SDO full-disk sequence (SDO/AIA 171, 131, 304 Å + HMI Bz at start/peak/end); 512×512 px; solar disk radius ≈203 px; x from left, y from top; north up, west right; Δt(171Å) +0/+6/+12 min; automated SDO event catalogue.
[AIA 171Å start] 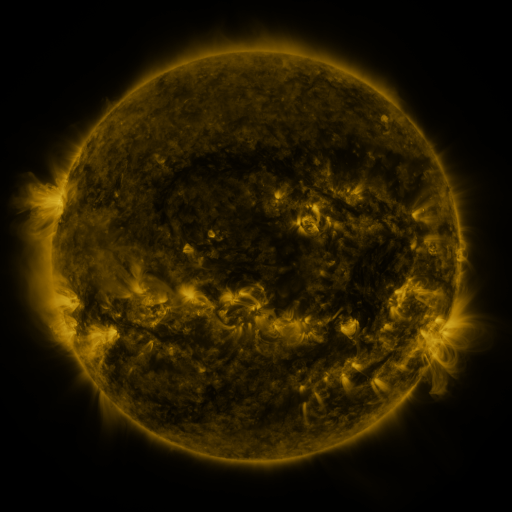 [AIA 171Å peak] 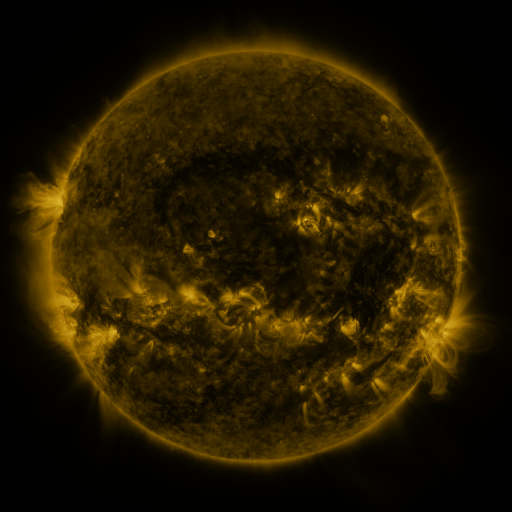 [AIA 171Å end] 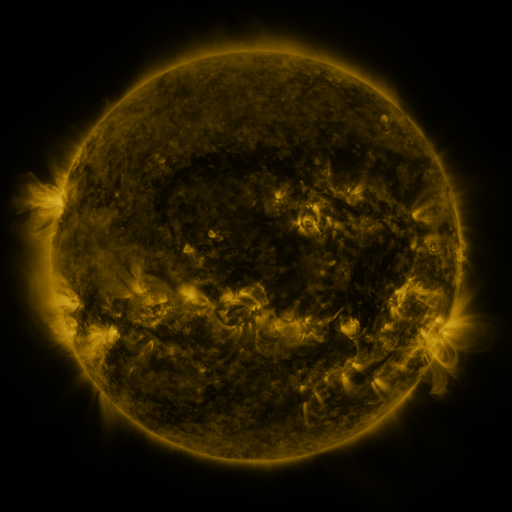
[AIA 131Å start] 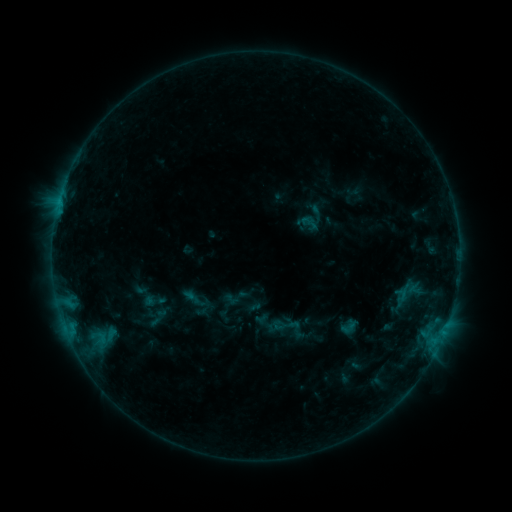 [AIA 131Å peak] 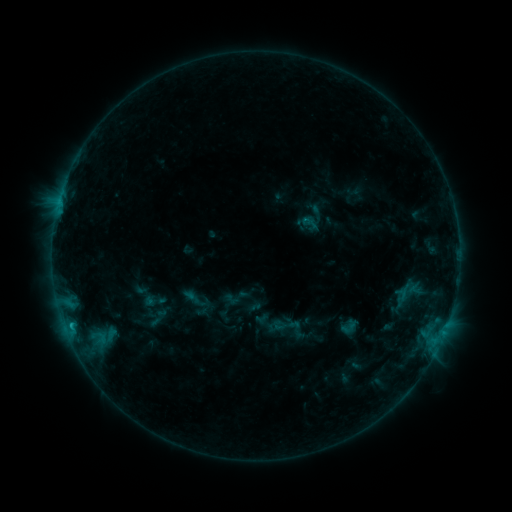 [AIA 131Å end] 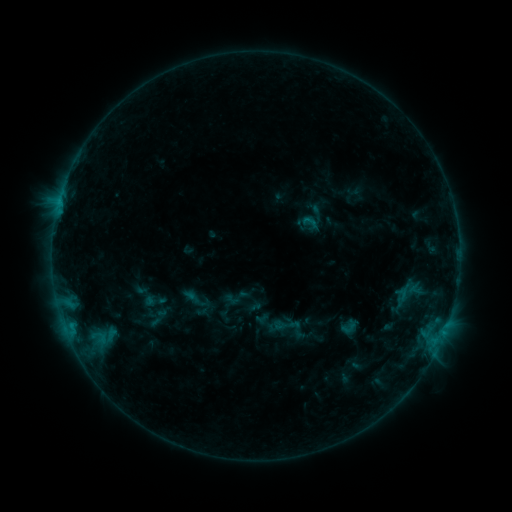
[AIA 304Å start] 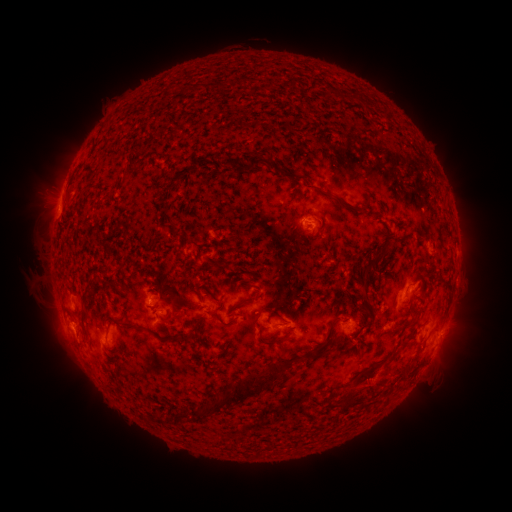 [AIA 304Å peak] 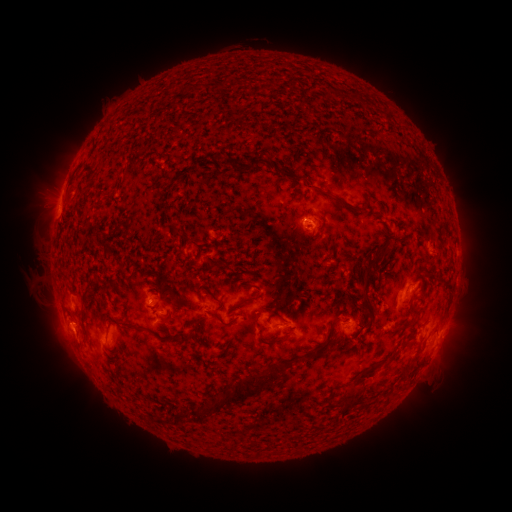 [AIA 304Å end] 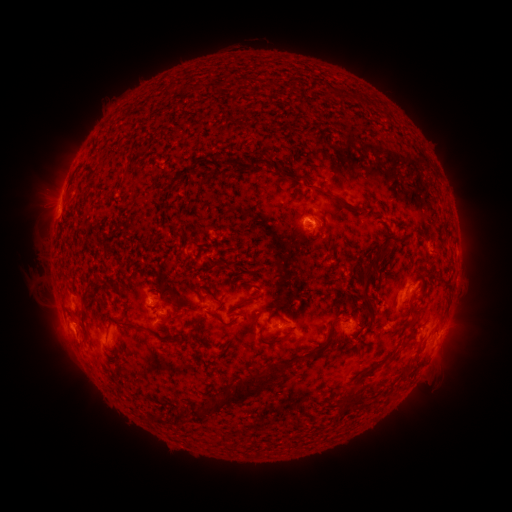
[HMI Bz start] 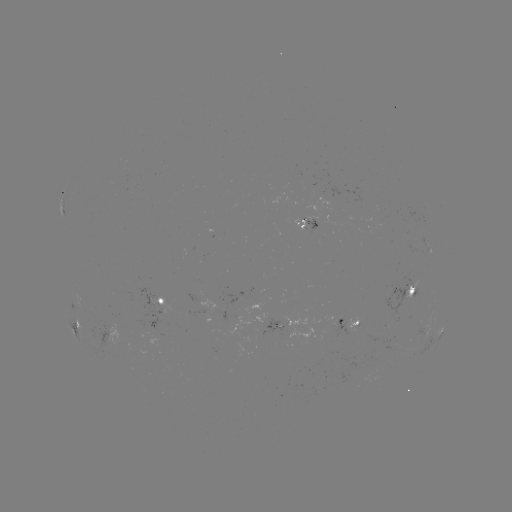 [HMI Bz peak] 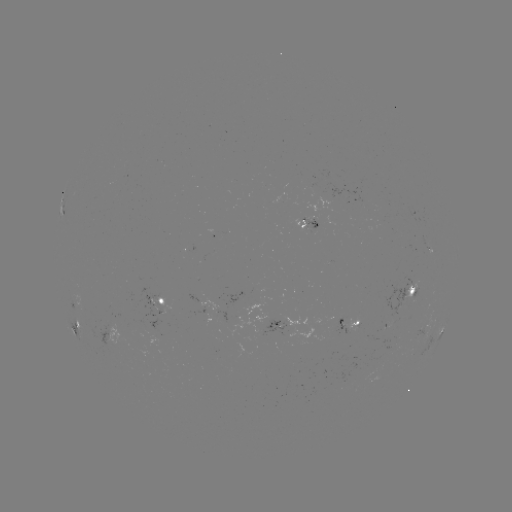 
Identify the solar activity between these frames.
B7.2 flare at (72, 322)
